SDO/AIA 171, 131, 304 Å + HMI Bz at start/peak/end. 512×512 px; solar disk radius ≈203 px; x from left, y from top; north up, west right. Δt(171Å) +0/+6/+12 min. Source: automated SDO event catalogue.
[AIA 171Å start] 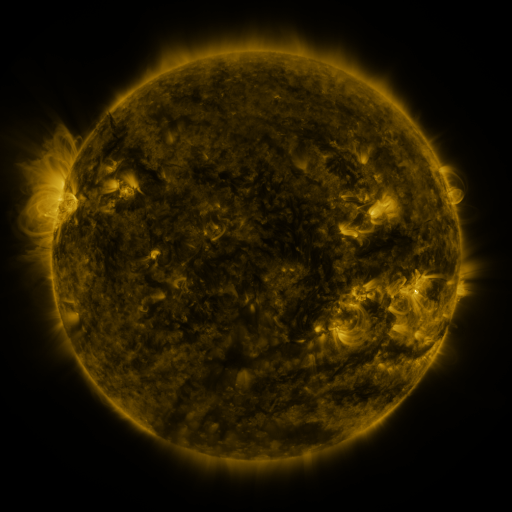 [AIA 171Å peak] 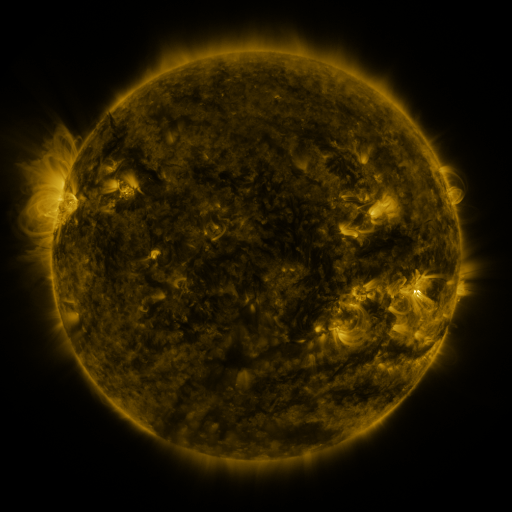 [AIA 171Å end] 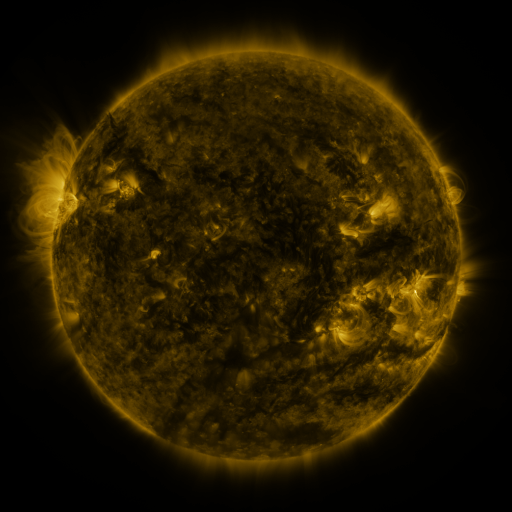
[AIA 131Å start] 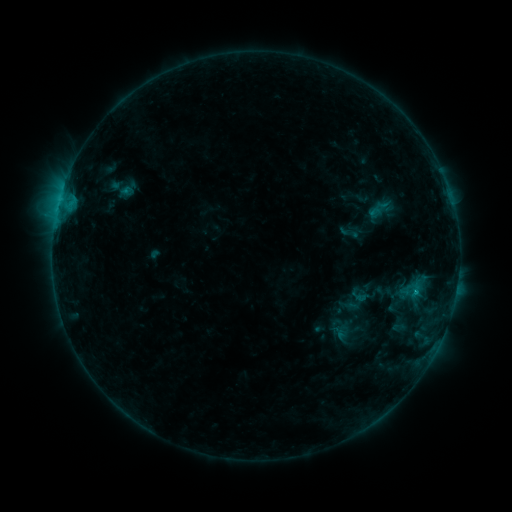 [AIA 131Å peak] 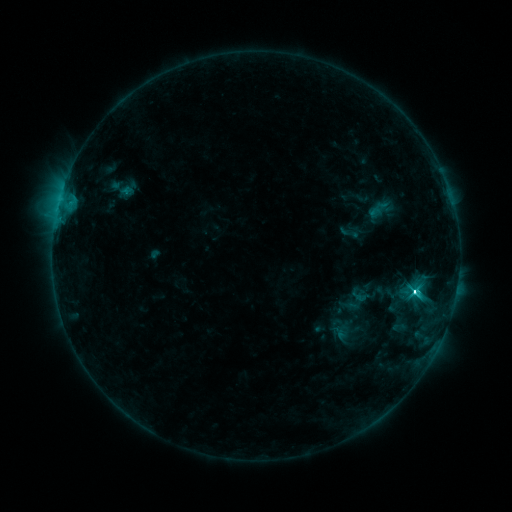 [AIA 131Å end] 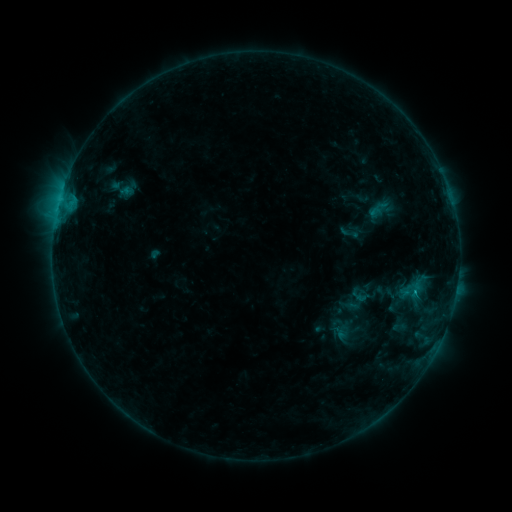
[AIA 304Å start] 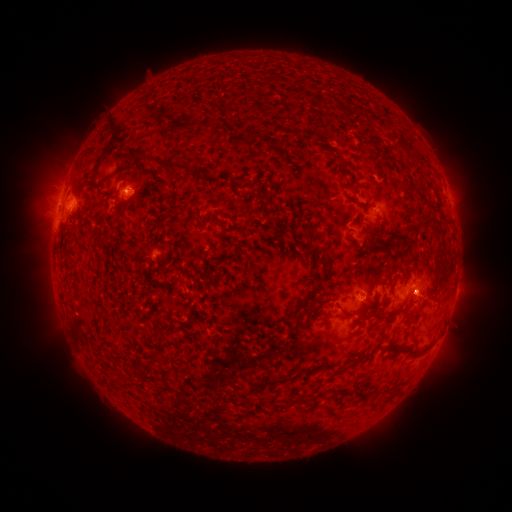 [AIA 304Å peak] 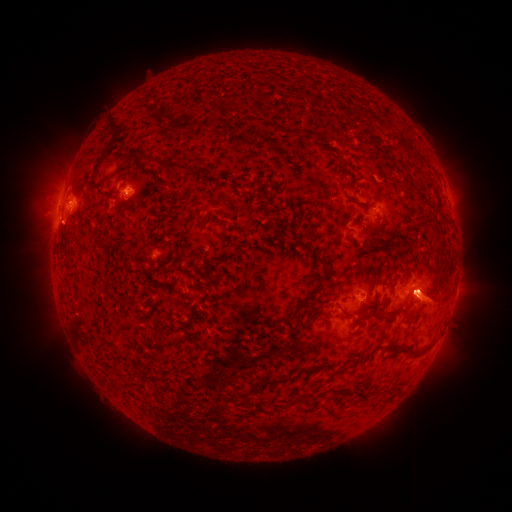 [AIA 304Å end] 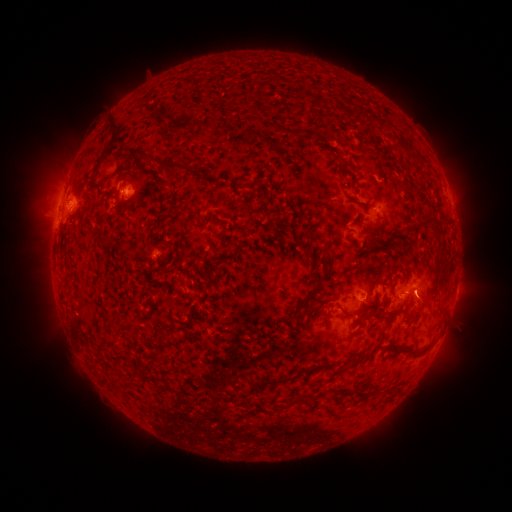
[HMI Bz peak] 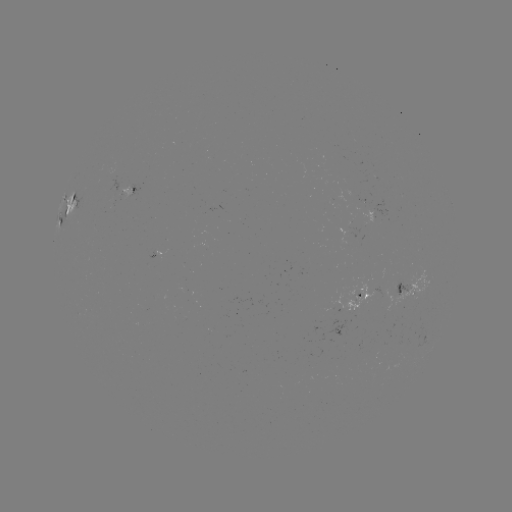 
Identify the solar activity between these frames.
eruption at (60, 226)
